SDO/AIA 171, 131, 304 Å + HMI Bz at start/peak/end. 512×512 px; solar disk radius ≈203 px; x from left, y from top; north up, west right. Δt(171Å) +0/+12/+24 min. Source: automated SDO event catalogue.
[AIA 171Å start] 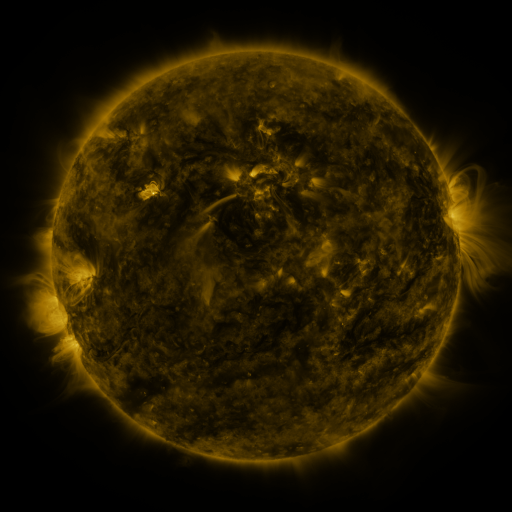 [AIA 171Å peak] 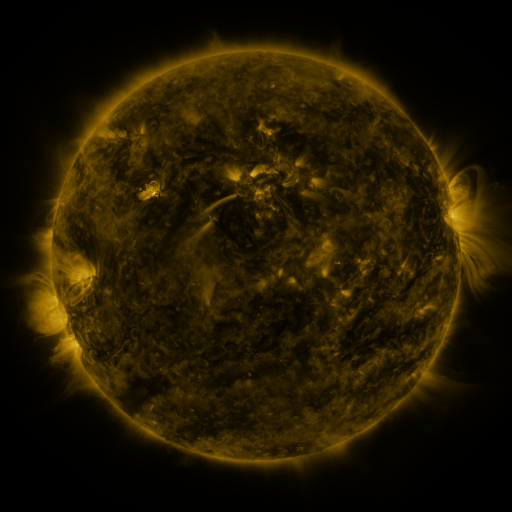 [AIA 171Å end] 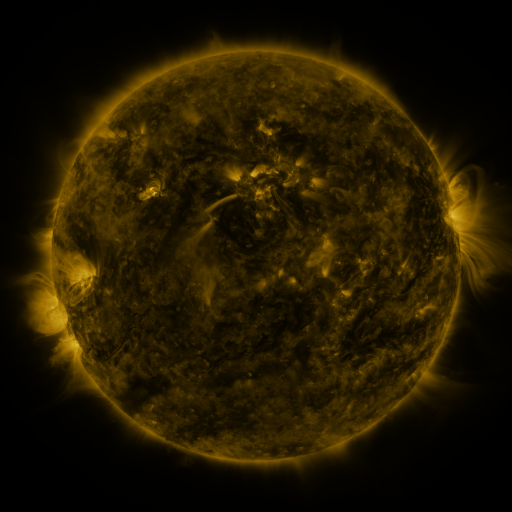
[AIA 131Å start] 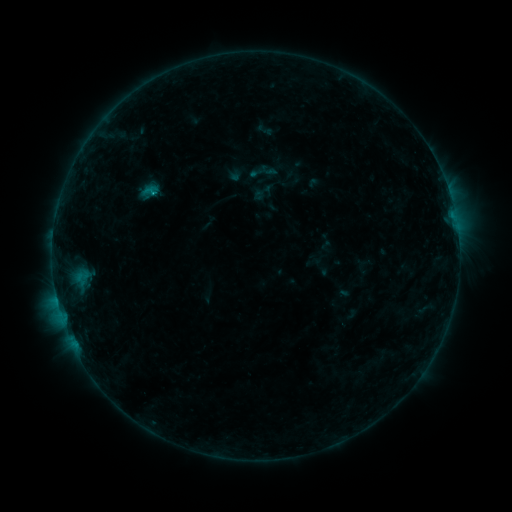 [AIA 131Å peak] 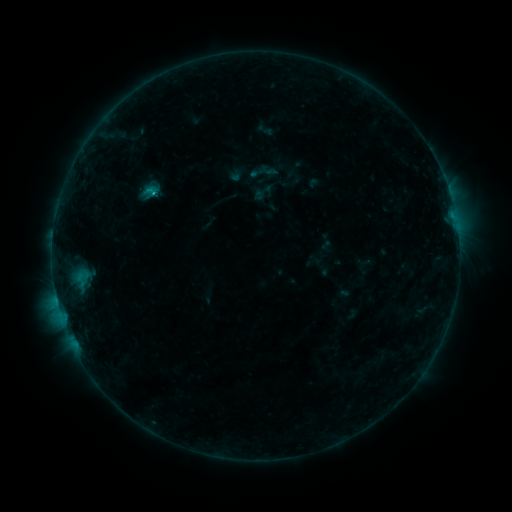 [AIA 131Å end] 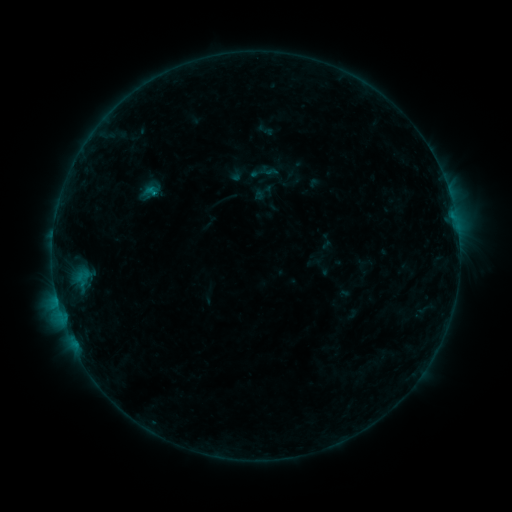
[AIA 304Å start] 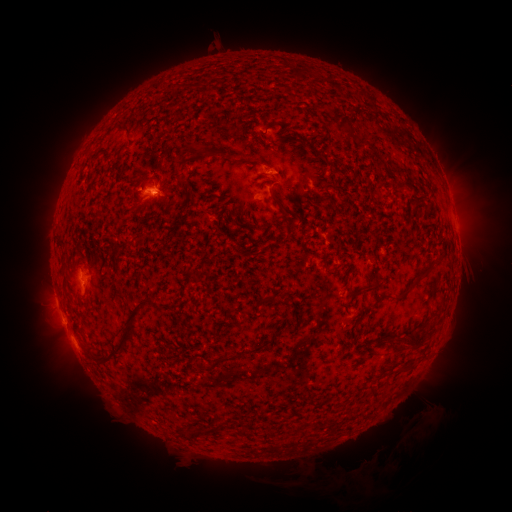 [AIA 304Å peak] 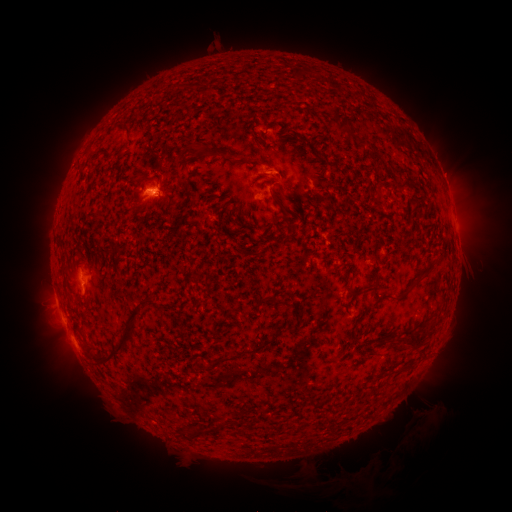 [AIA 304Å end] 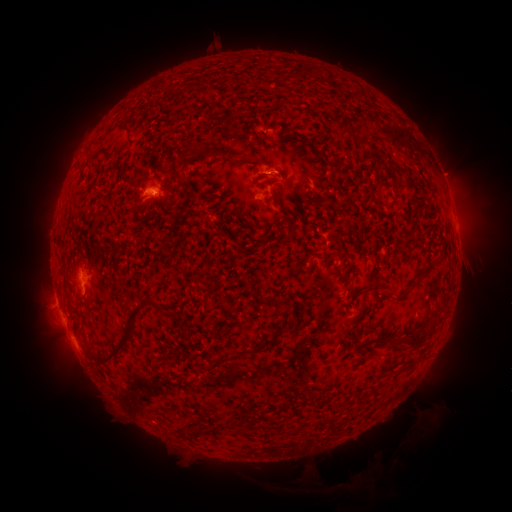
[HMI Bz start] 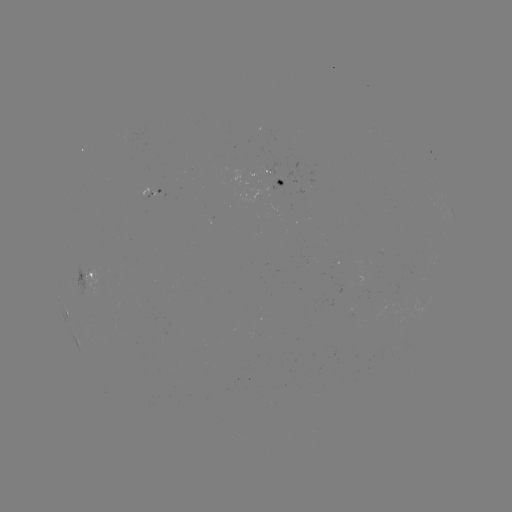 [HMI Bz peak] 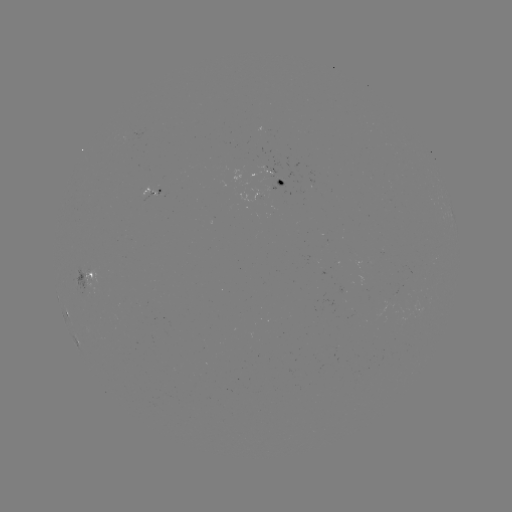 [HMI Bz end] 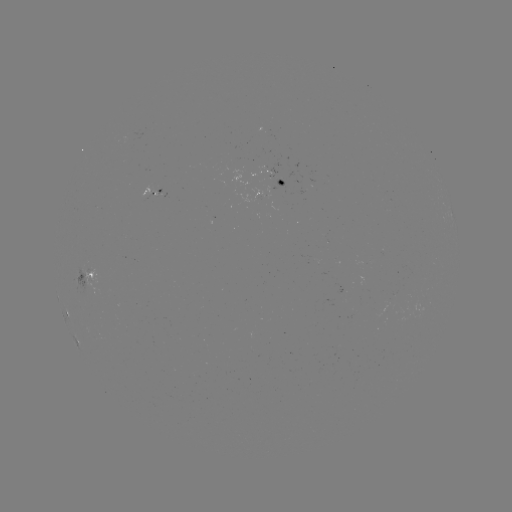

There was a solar flare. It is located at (153, 193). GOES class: B6.2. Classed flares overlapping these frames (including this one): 1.